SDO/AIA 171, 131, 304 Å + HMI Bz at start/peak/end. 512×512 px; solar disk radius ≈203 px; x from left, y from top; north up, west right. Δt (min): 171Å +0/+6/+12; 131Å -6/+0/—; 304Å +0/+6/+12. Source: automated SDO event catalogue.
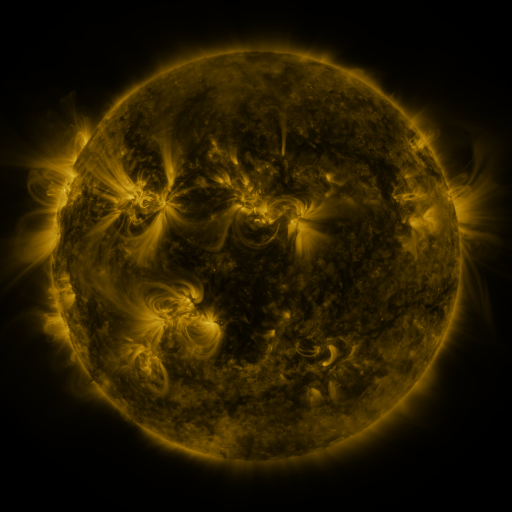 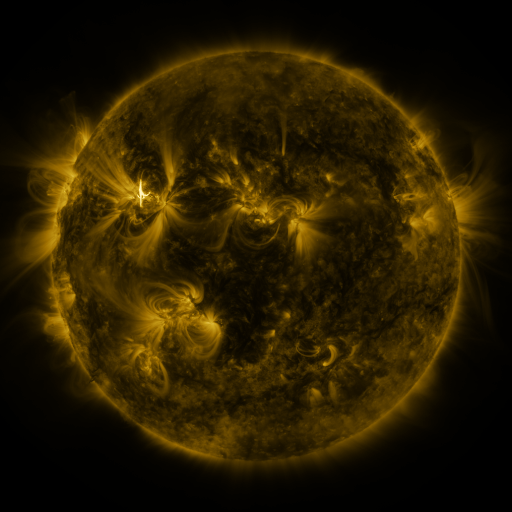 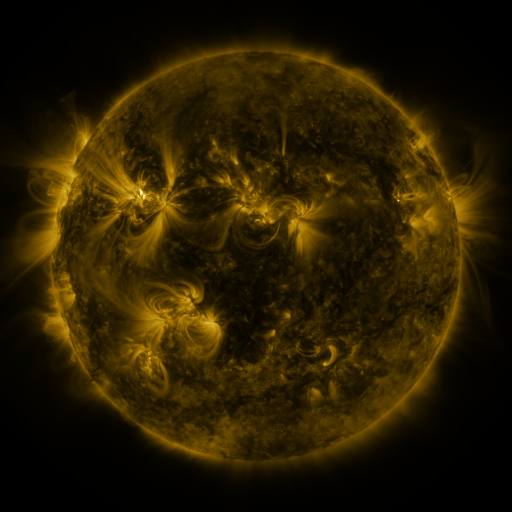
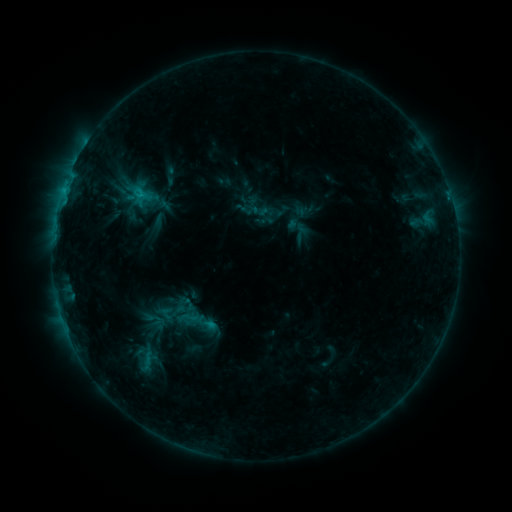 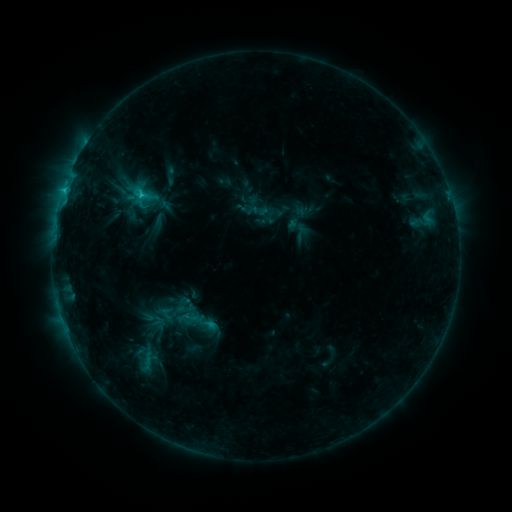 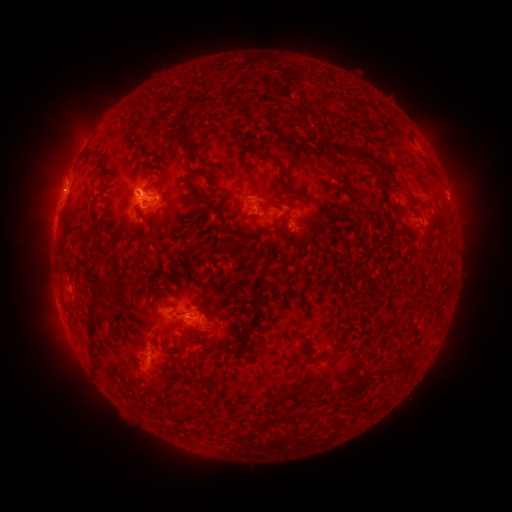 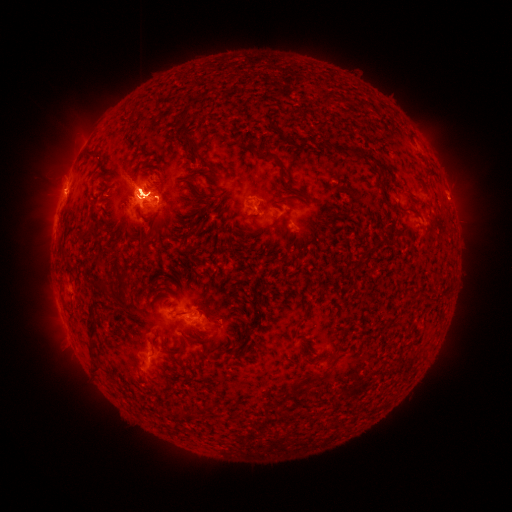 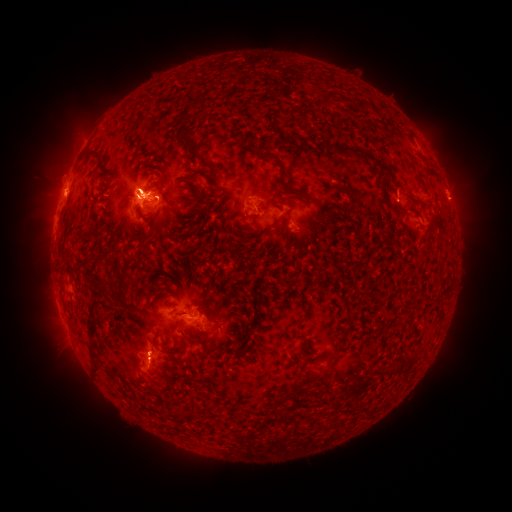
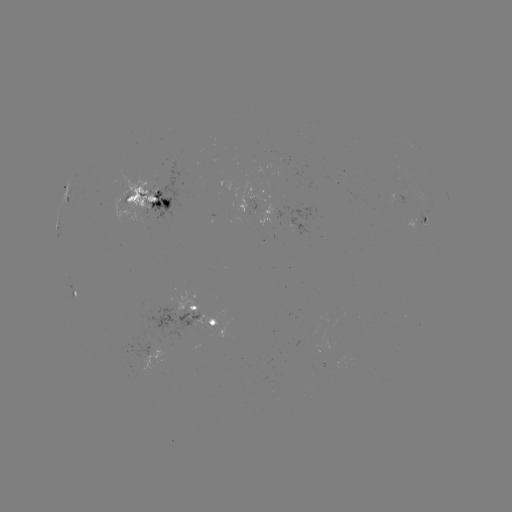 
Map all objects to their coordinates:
eruption: (64, 347)
